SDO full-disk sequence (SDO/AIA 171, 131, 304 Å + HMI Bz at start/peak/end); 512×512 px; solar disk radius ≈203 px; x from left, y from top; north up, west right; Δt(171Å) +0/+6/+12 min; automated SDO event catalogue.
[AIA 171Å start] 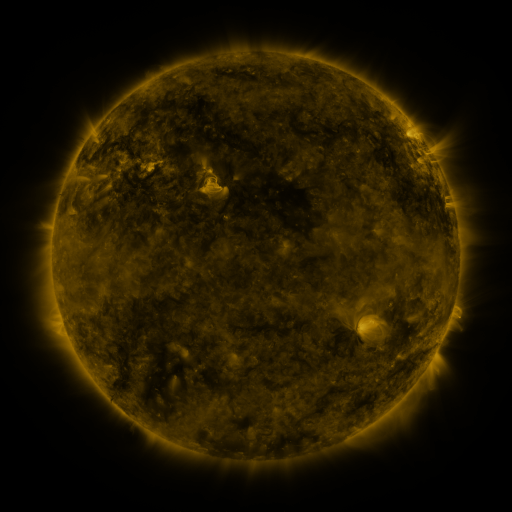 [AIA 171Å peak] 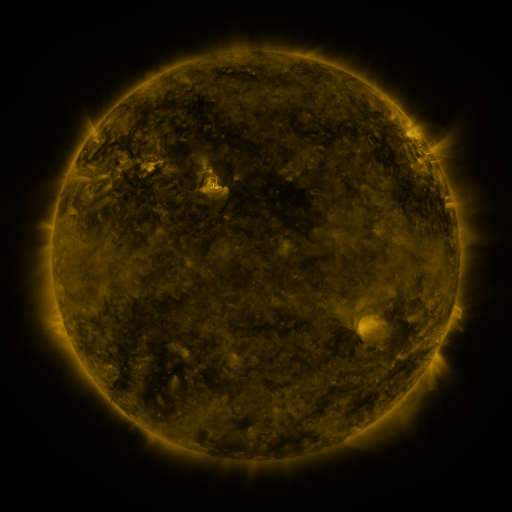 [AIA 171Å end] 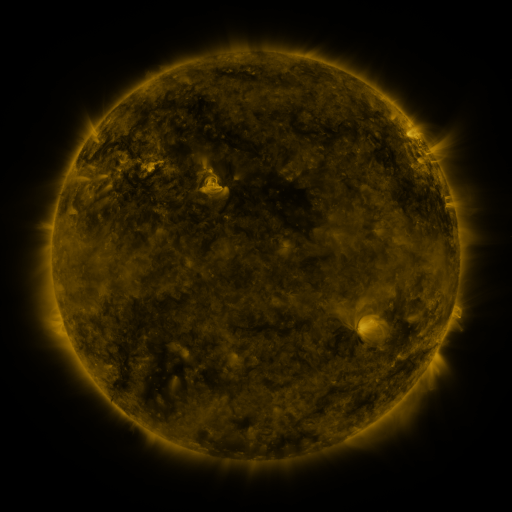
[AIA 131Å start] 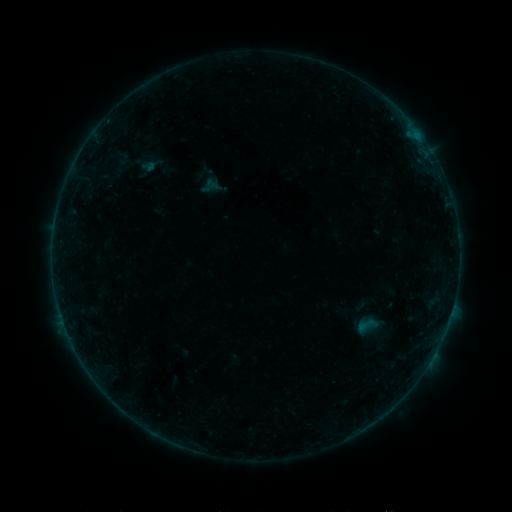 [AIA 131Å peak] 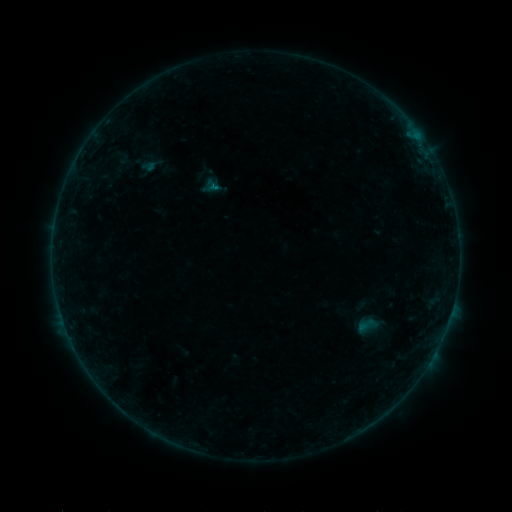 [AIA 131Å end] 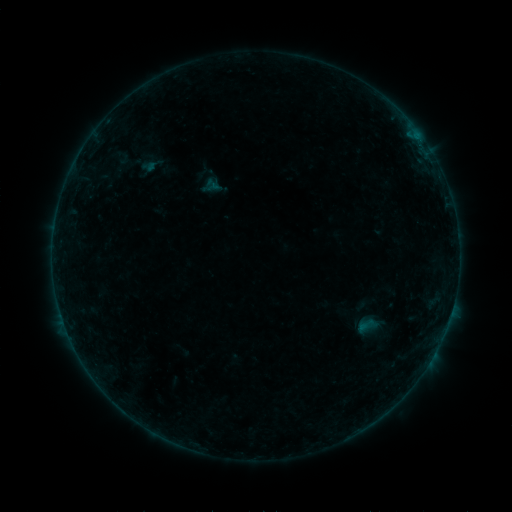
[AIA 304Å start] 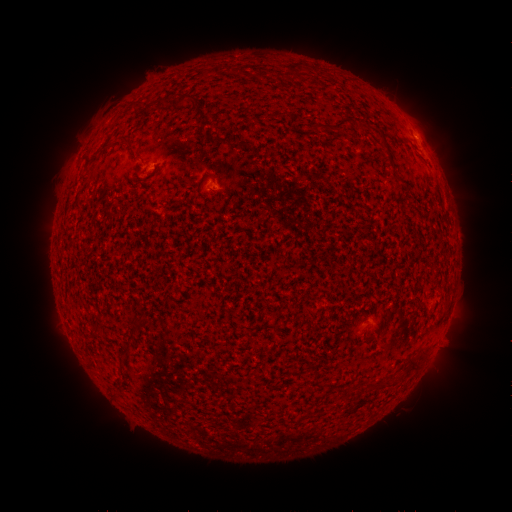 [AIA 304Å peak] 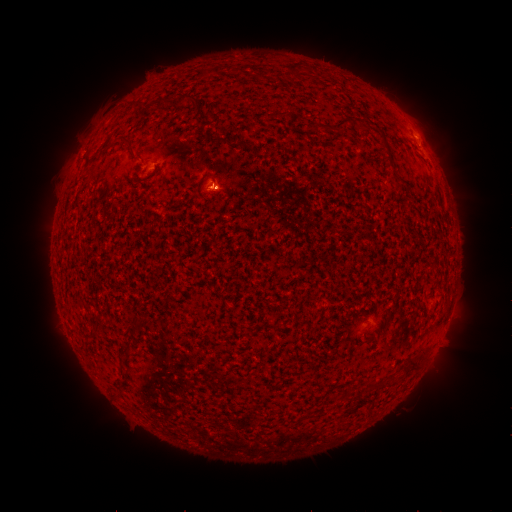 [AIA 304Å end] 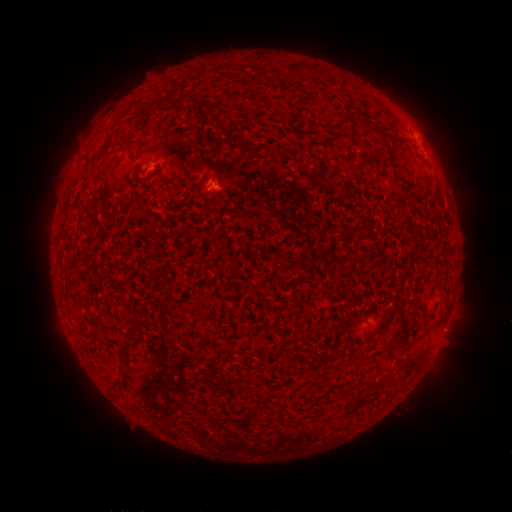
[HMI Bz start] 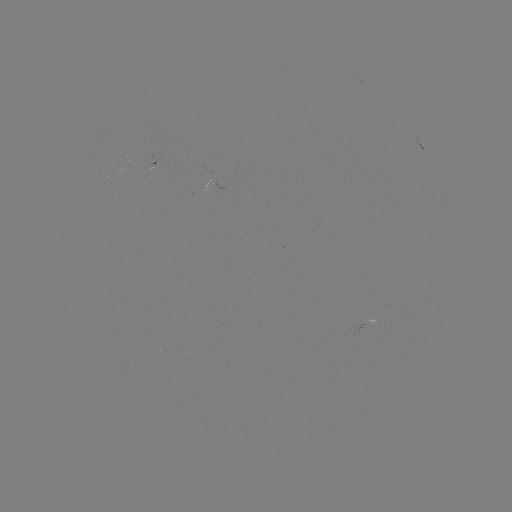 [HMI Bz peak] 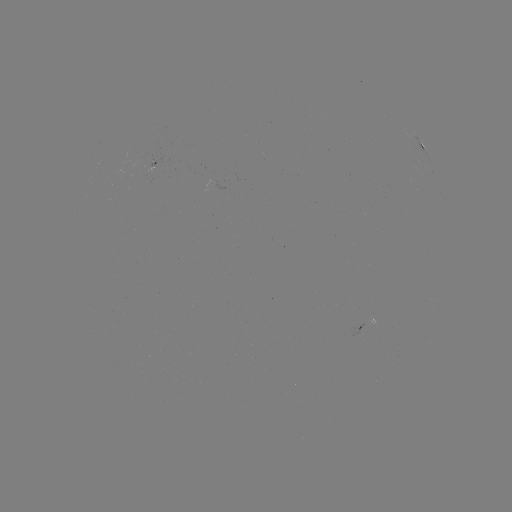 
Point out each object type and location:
B1.1 flare: (218, 189)
